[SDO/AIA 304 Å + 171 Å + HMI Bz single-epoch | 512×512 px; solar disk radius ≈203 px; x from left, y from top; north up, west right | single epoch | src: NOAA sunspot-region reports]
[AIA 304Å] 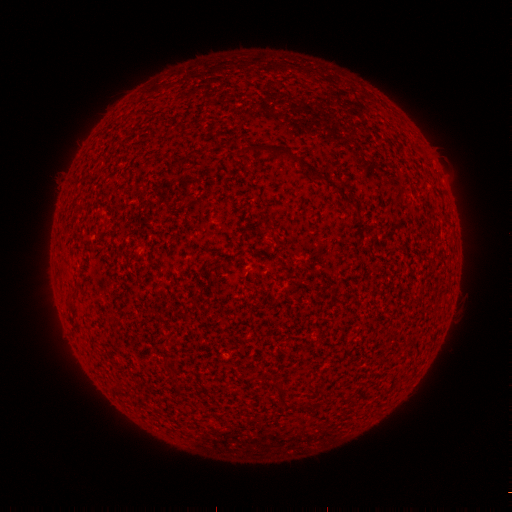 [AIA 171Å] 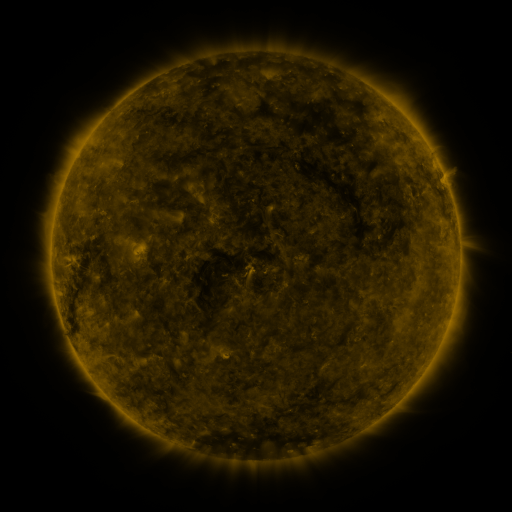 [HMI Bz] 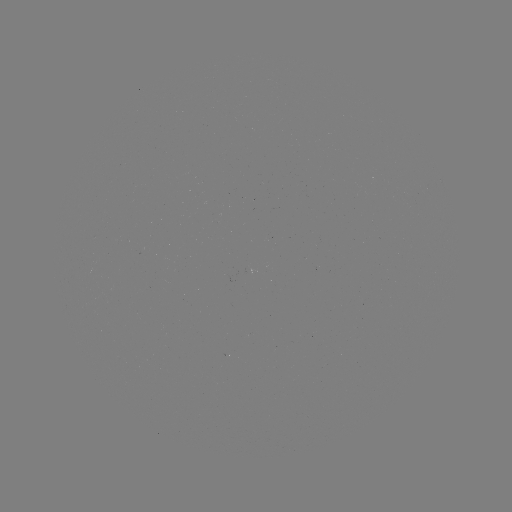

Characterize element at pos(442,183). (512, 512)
spotted active region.